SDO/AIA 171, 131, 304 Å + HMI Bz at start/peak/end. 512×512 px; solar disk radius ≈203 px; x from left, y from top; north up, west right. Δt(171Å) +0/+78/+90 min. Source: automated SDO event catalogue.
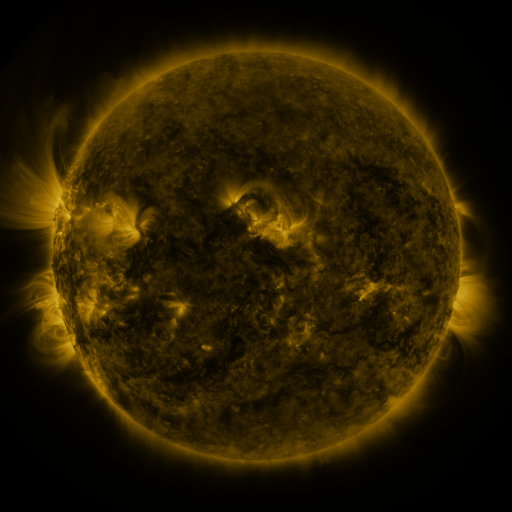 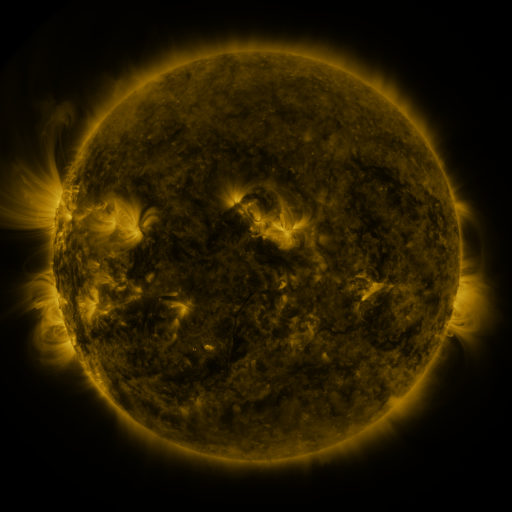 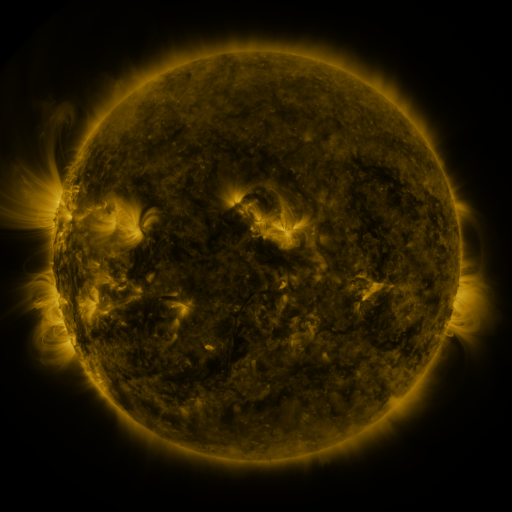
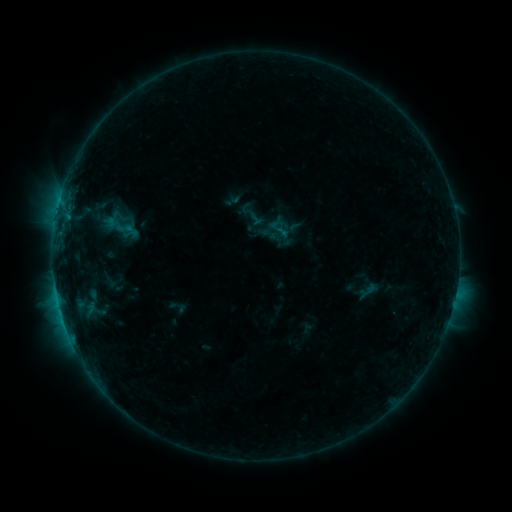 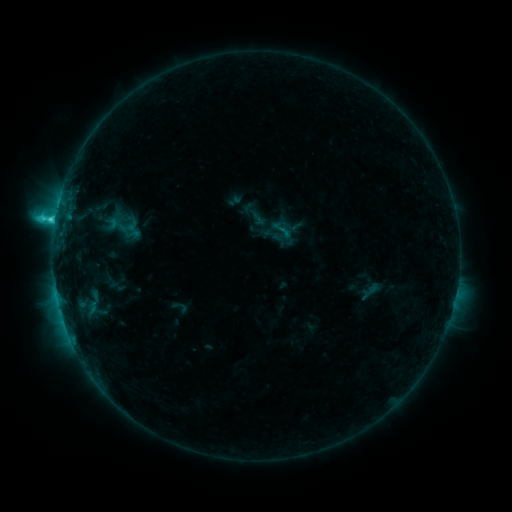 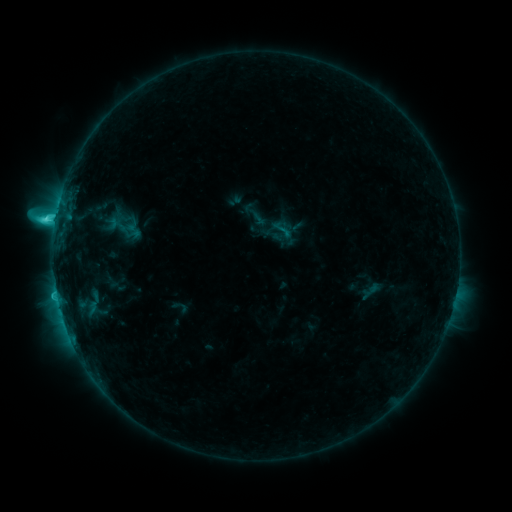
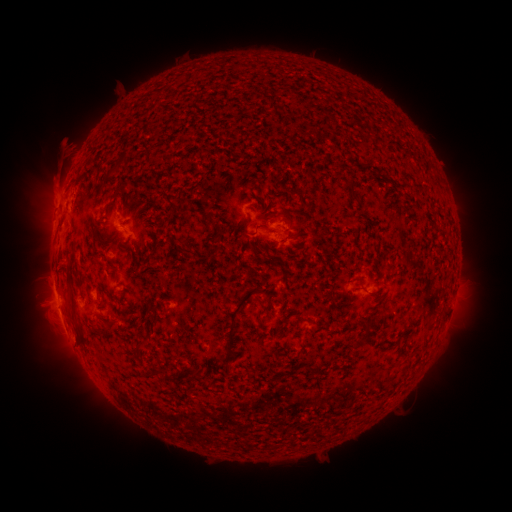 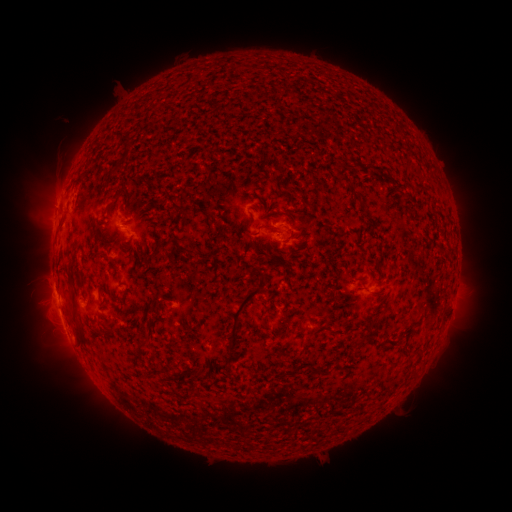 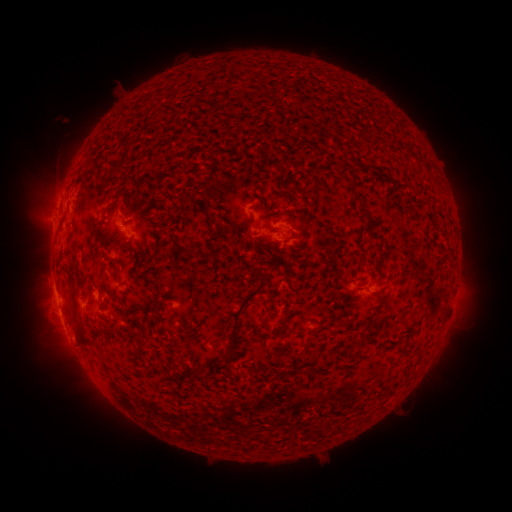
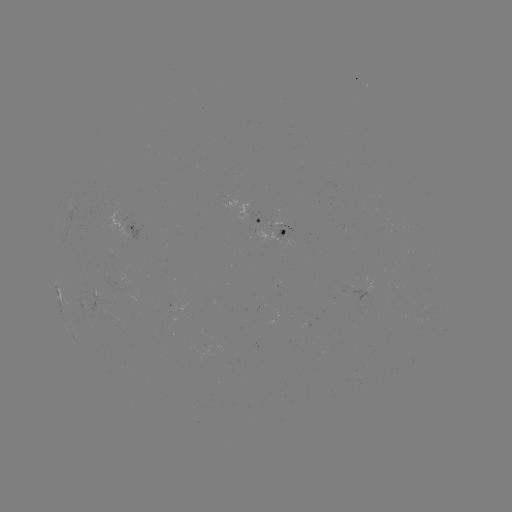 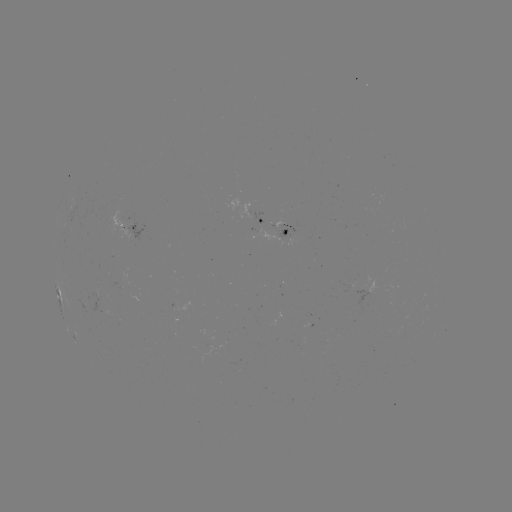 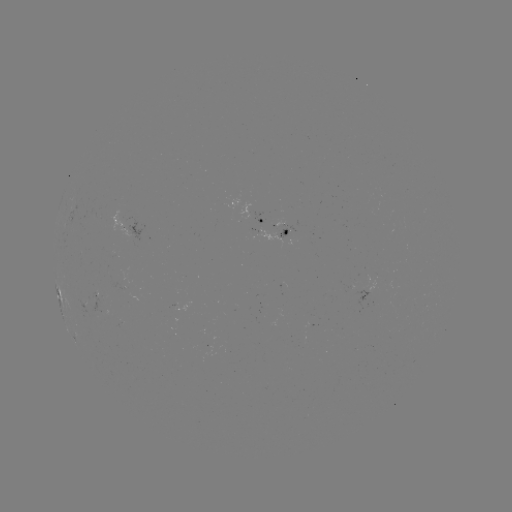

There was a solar emerging-flux region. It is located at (107, 314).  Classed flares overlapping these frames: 1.